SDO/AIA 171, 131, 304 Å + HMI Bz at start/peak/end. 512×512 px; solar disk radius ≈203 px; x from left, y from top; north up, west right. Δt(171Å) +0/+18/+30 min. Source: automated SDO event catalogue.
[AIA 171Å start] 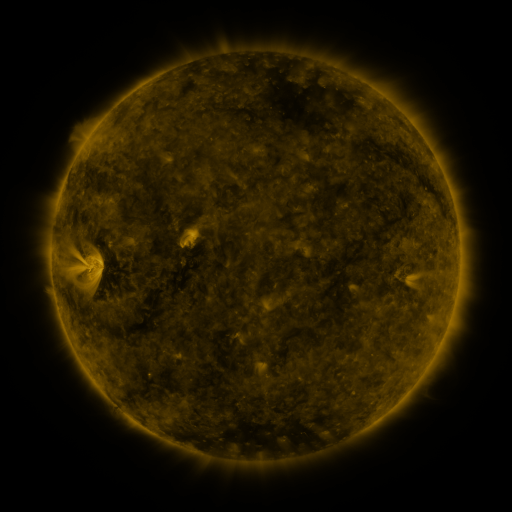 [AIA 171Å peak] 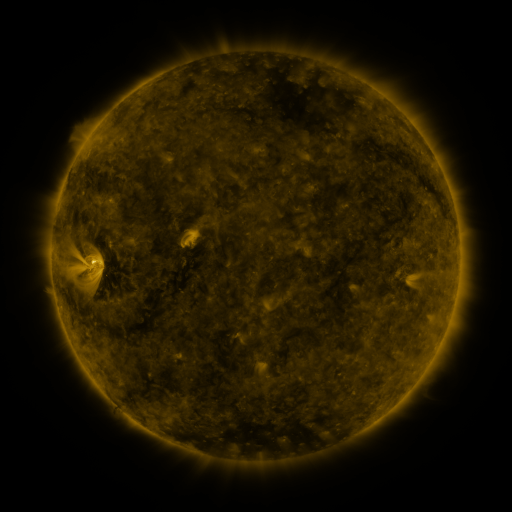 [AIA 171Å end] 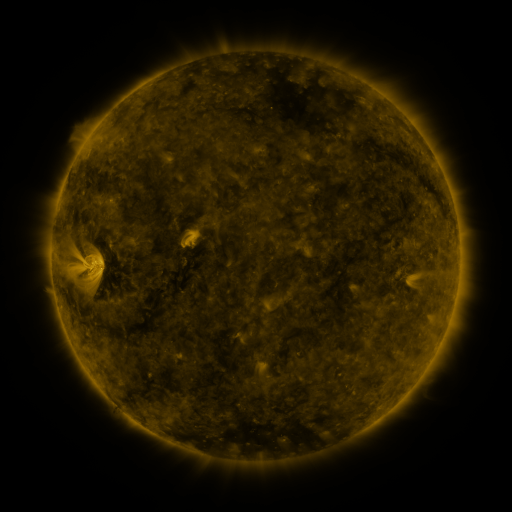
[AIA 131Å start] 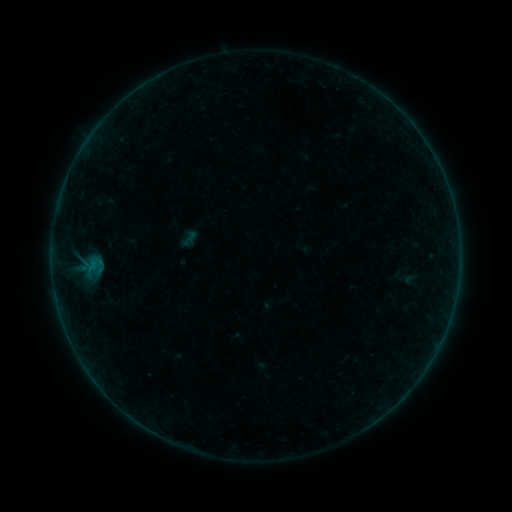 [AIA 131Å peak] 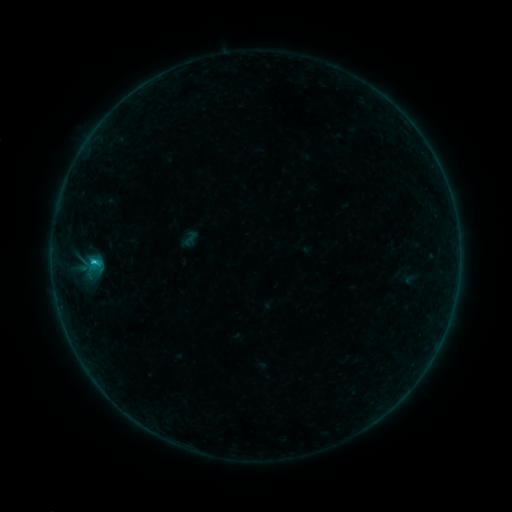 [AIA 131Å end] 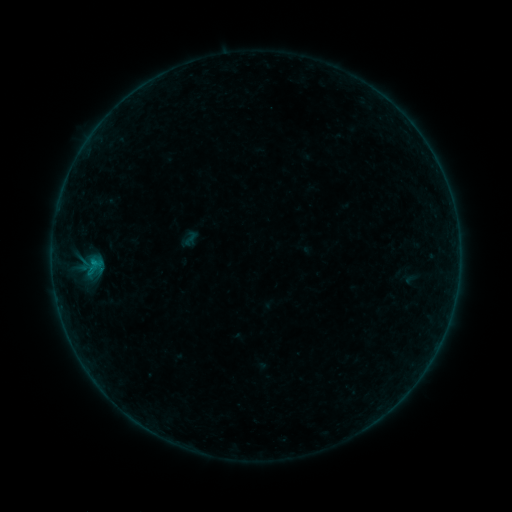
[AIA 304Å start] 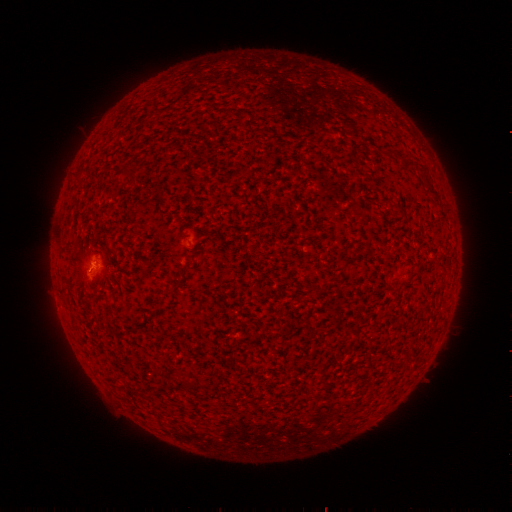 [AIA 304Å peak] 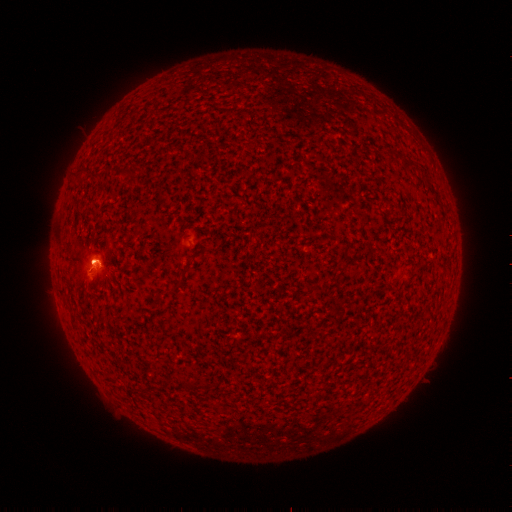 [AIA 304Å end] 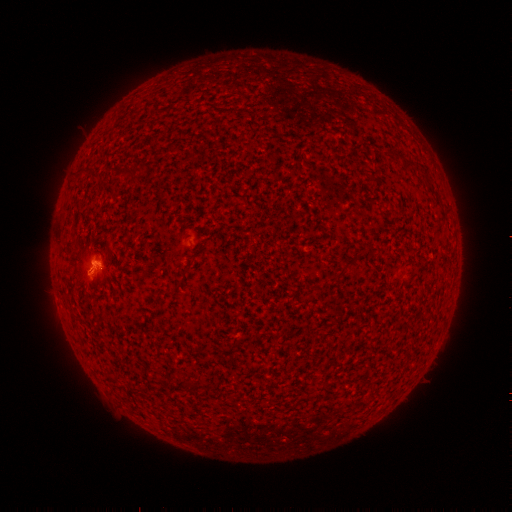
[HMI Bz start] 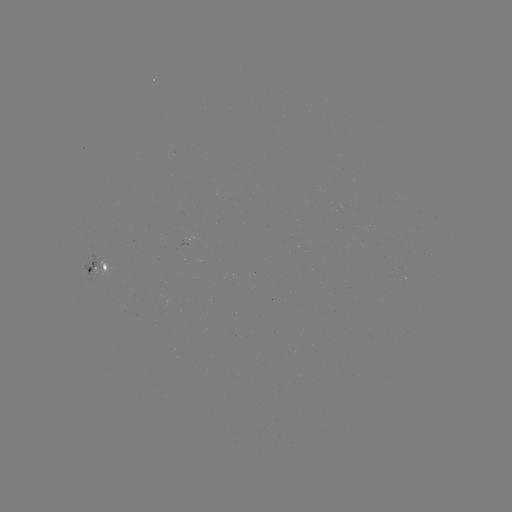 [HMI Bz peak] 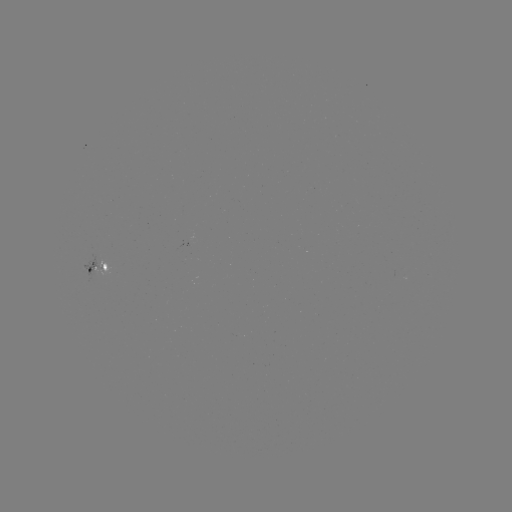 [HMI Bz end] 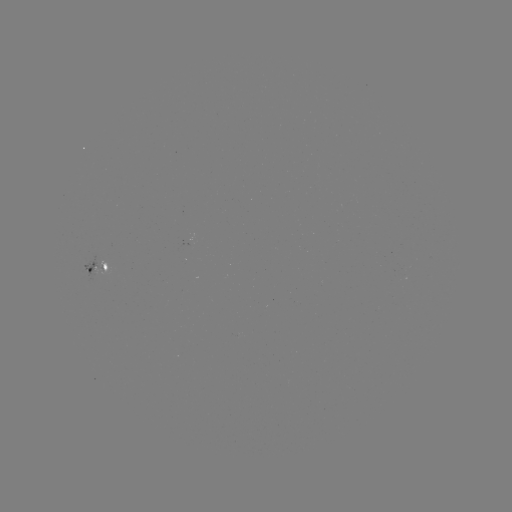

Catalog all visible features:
B7.9 flare: (93, 260)
